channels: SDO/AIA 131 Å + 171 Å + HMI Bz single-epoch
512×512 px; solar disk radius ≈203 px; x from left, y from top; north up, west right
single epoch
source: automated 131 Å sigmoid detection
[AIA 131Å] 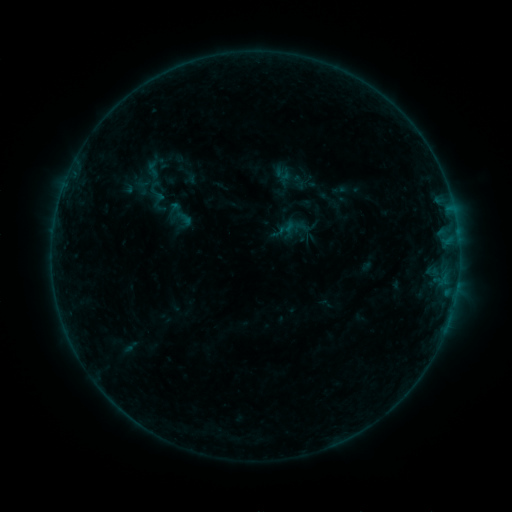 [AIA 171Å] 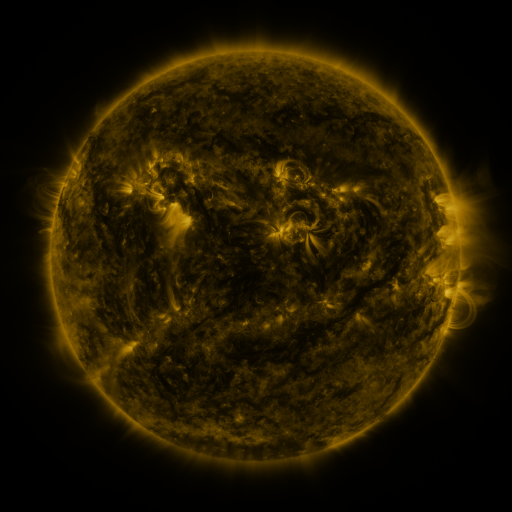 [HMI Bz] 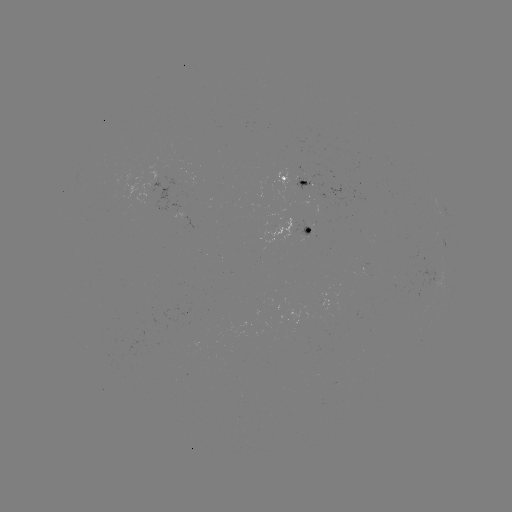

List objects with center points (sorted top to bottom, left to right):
sigmoid: [175, 209, 195, 228]
sigmoid: [283, 217, 301, 235]
